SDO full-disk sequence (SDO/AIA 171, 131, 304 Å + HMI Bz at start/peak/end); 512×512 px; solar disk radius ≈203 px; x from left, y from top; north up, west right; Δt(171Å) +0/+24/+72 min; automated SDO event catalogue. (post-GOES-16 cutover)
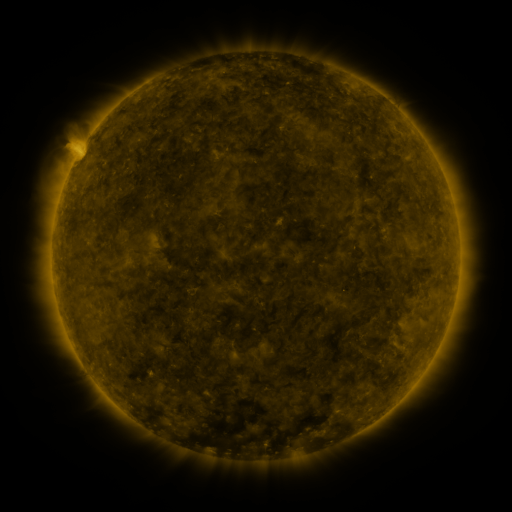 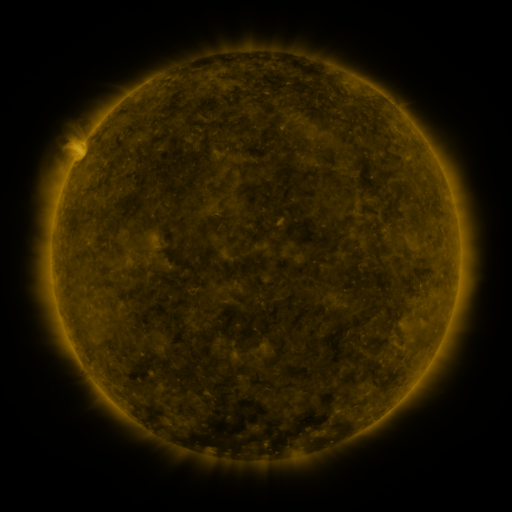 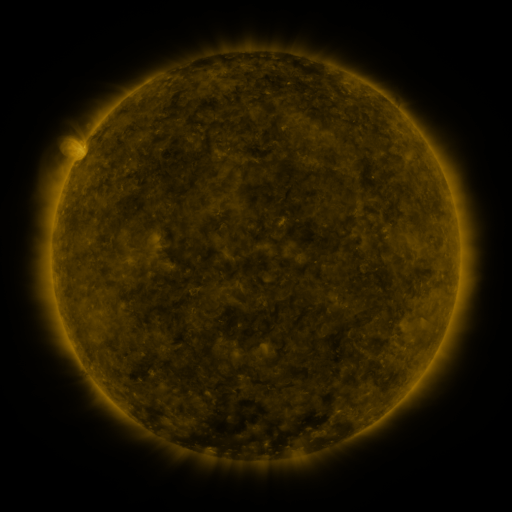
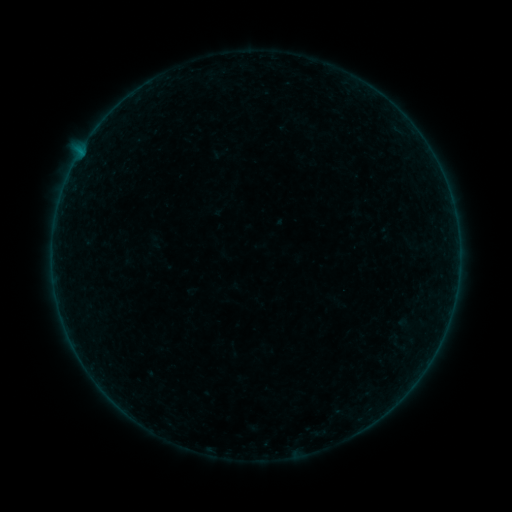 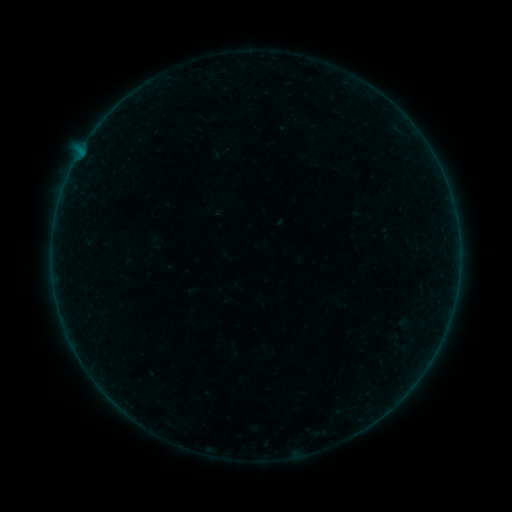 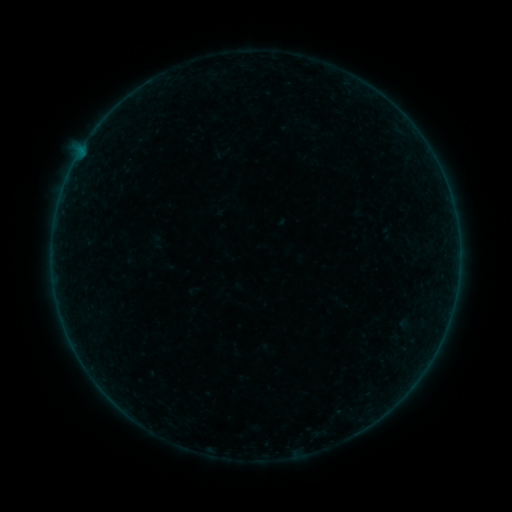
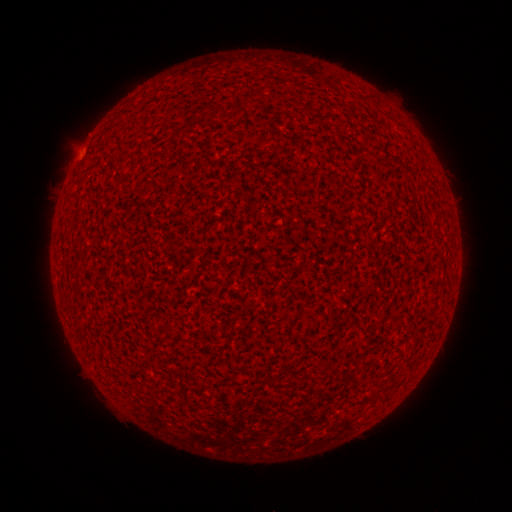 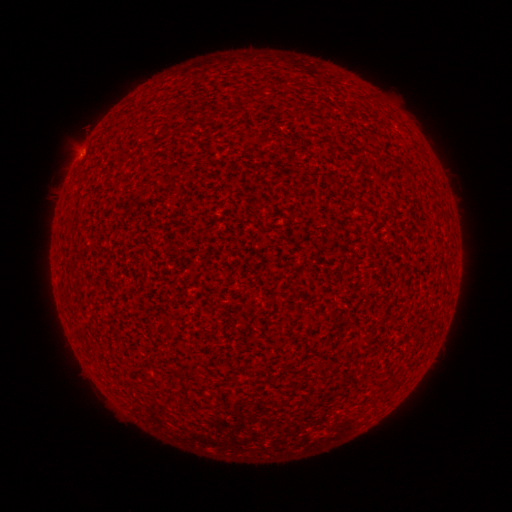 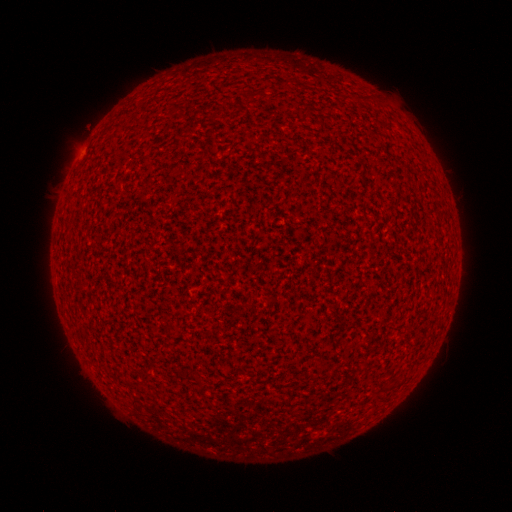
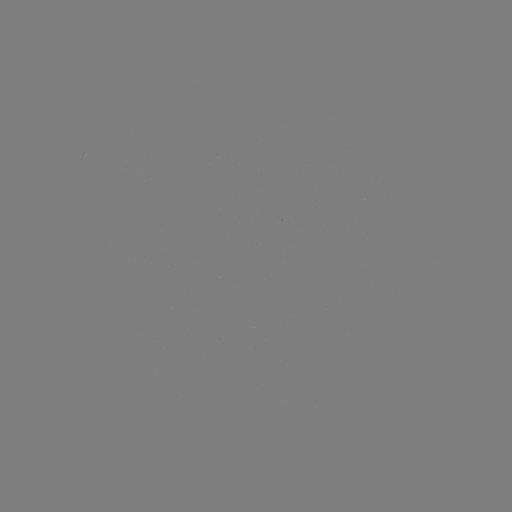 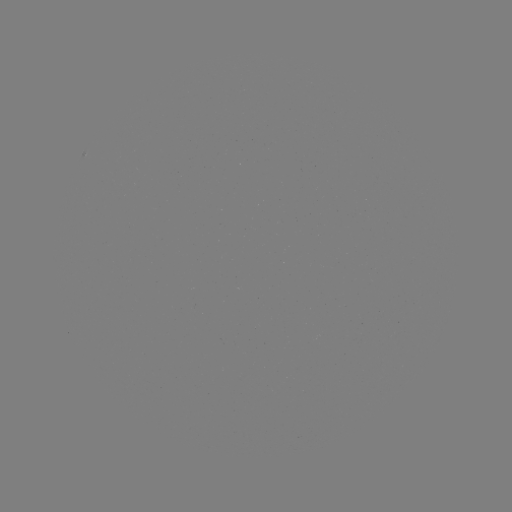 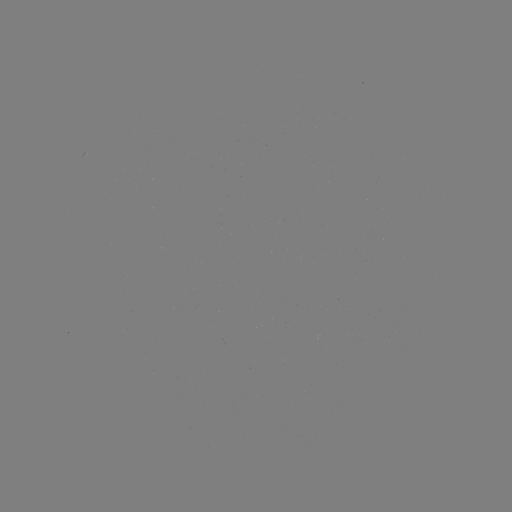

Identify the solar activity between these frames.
A2.4 flare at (82, 150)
